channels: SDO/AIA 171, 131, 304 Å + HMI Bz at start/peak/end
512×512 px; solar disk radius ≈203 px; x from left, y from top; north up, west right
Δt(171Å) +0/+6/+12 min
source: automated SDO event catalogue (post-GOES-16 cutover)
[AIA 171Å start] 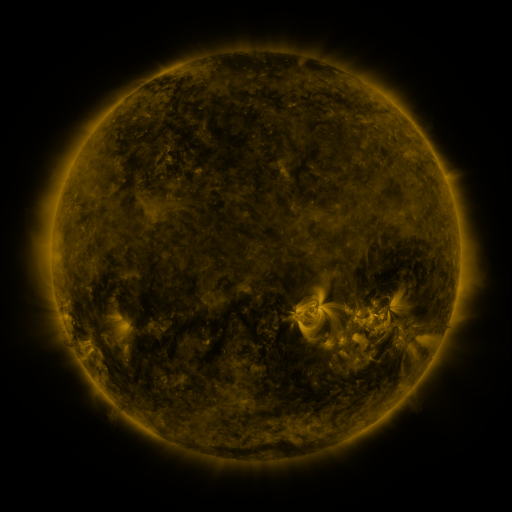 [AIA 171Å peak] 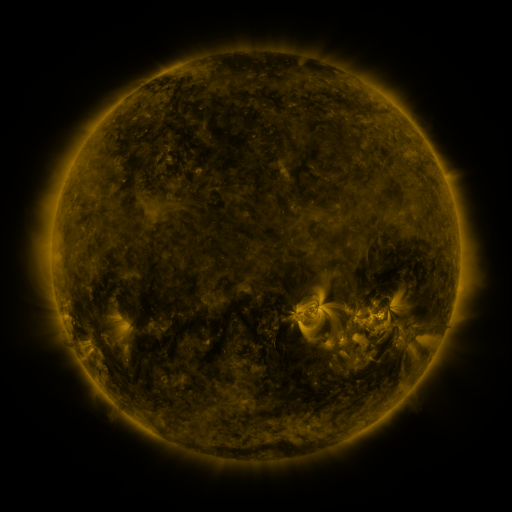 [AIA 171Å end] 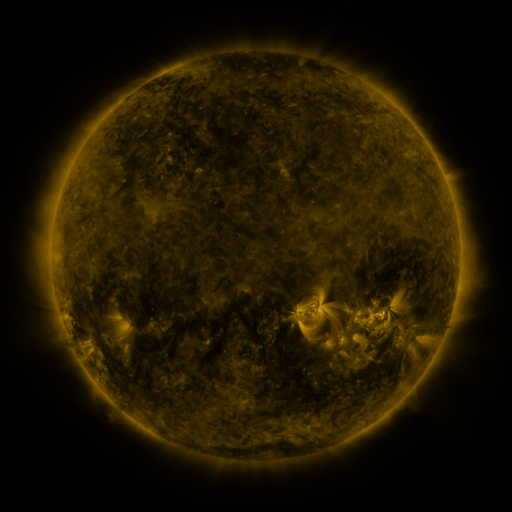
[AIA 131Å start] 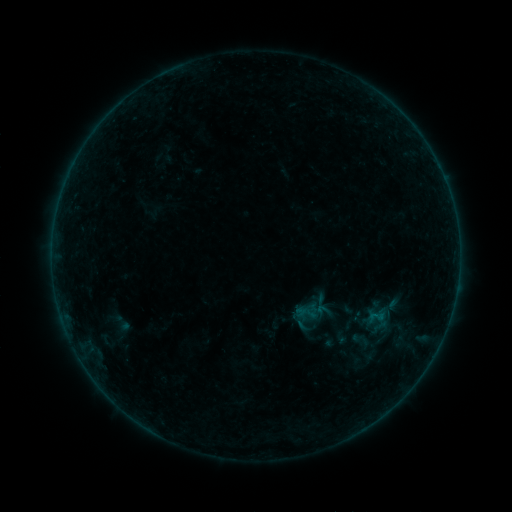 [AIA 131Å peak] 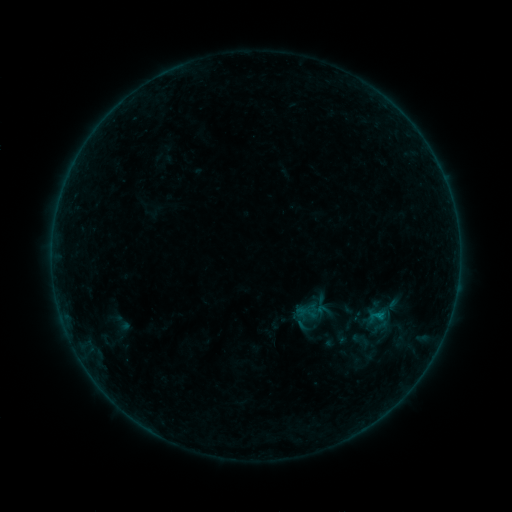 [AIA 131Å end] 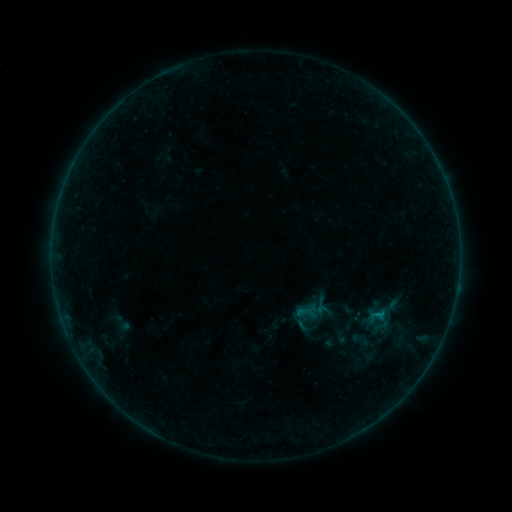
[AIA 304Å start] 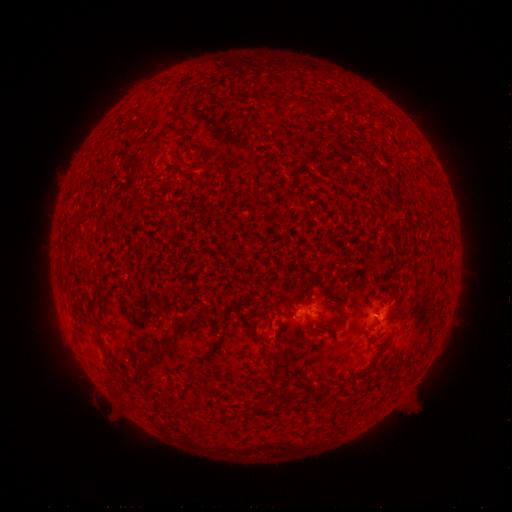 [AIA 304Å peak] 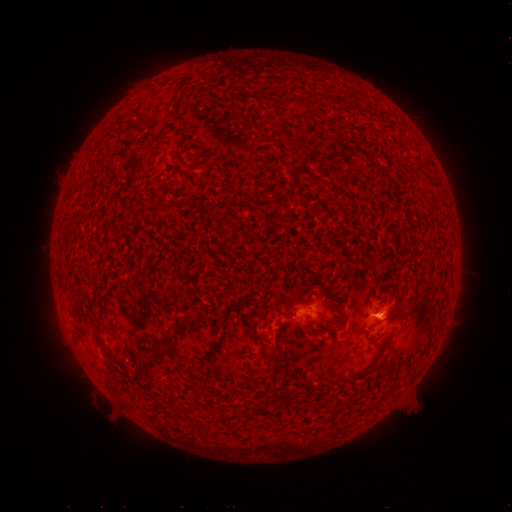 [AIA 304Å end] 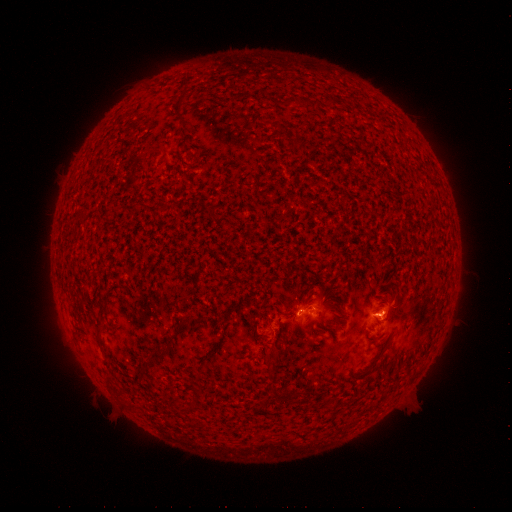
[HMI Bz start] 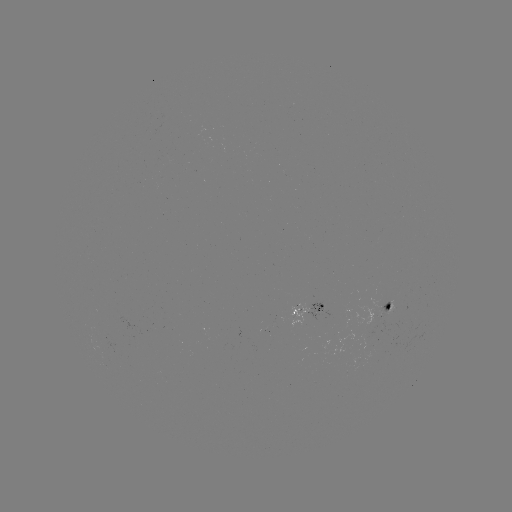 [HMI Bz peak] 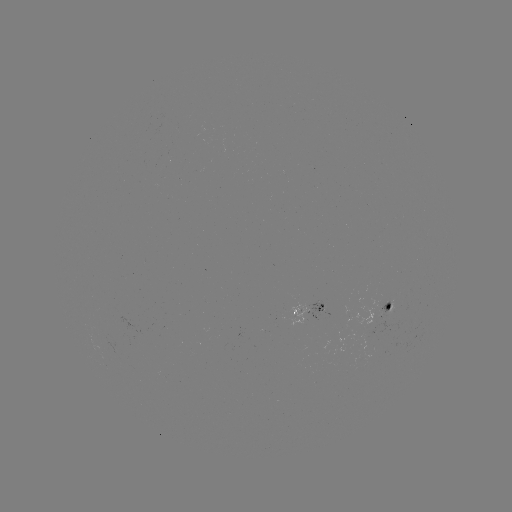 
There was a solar flare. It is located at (377, 314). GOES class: B2.1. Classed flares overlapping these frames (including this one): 2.